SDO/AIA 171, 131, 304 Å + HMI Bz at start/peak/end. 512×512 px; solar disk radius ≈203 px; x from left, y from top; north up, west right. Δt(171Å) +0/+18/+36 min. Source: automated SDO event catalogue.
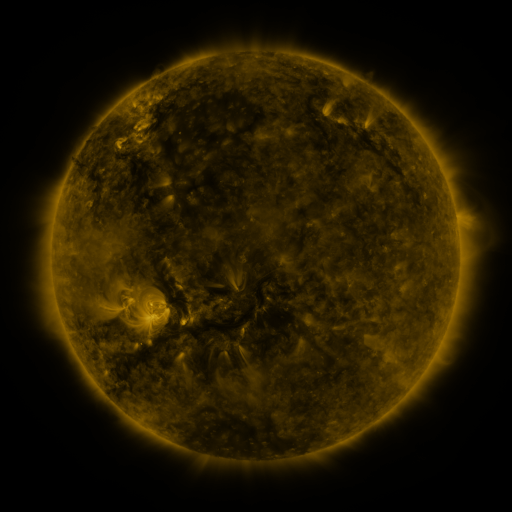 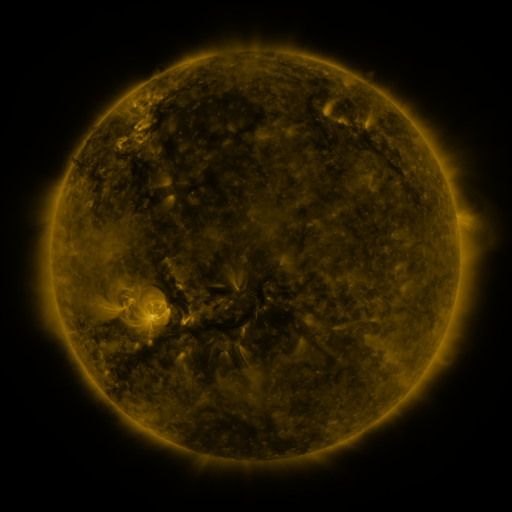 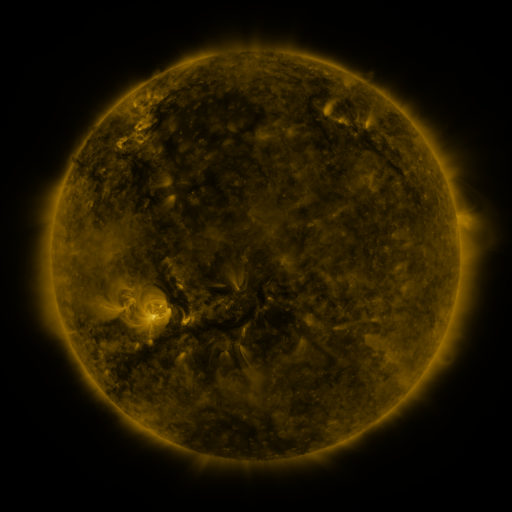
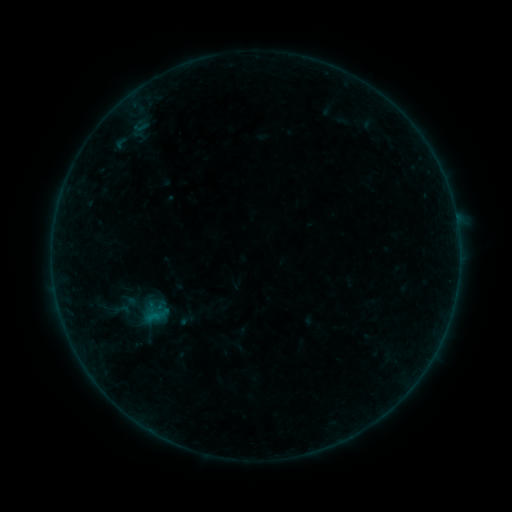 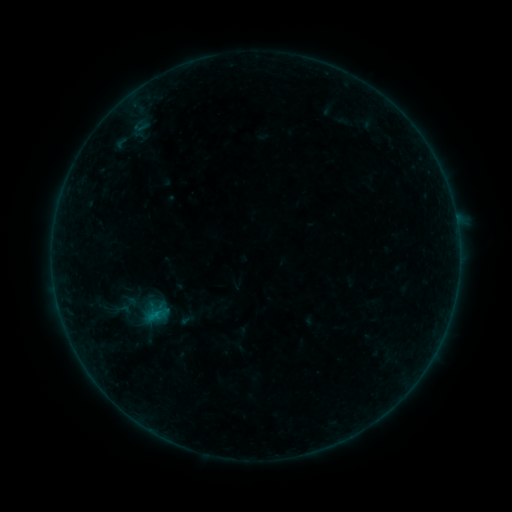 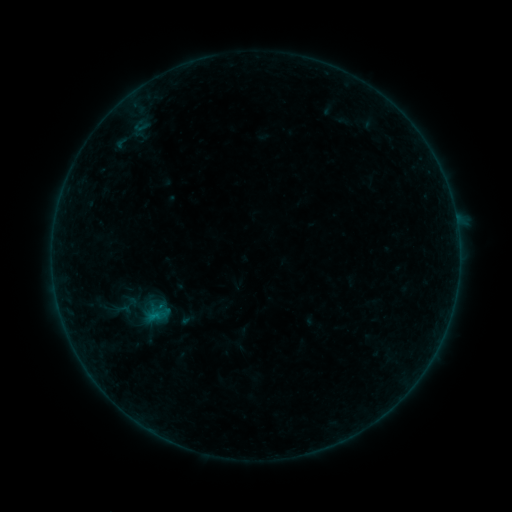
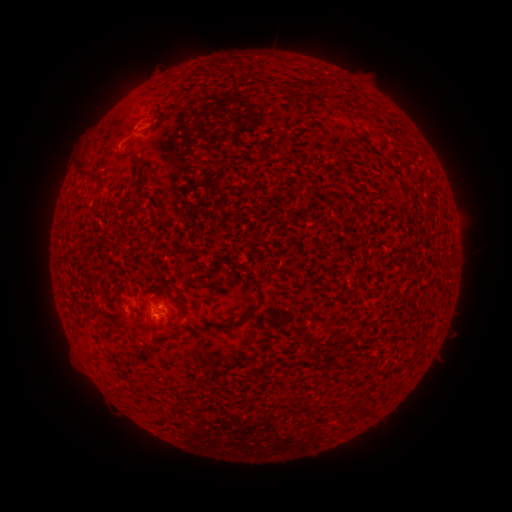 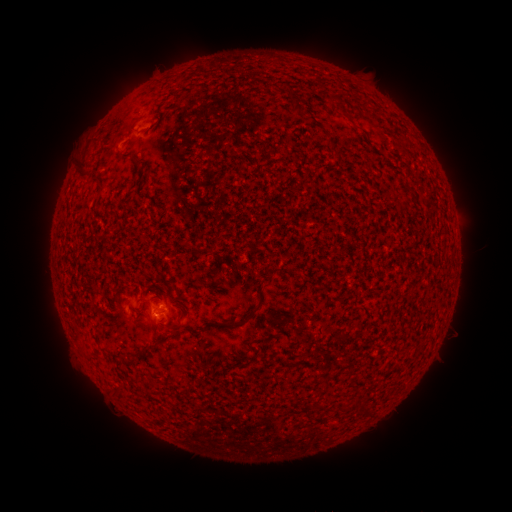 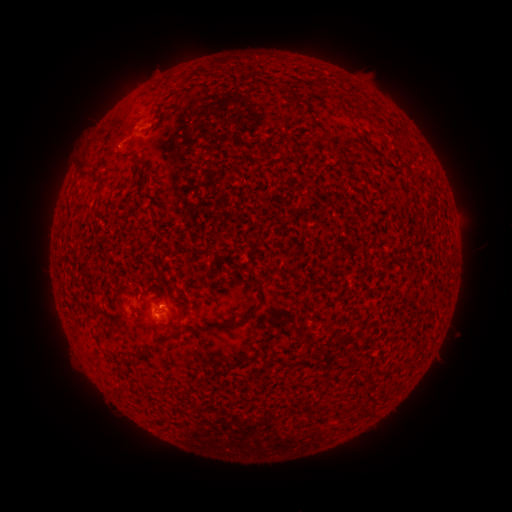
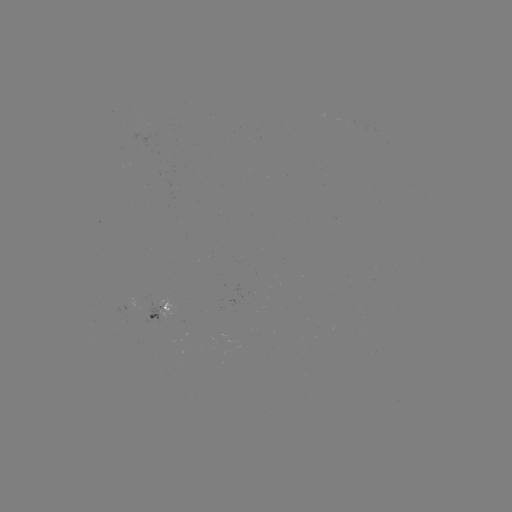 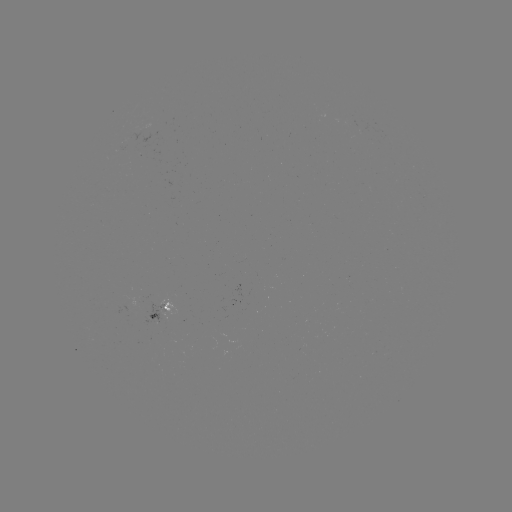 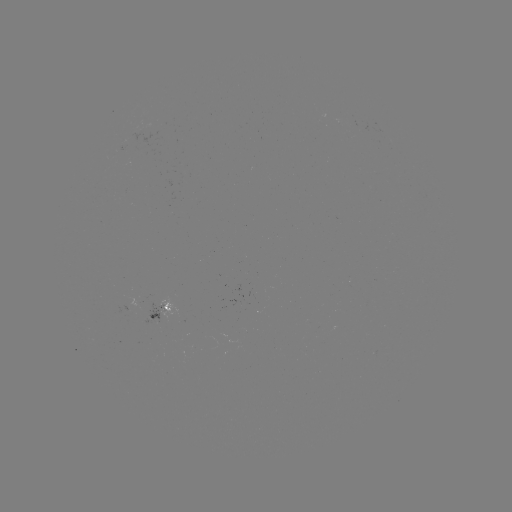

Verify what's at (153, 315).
B1.7 flare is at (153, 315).